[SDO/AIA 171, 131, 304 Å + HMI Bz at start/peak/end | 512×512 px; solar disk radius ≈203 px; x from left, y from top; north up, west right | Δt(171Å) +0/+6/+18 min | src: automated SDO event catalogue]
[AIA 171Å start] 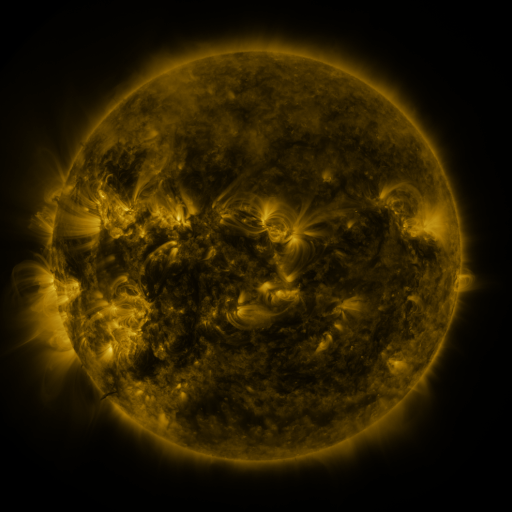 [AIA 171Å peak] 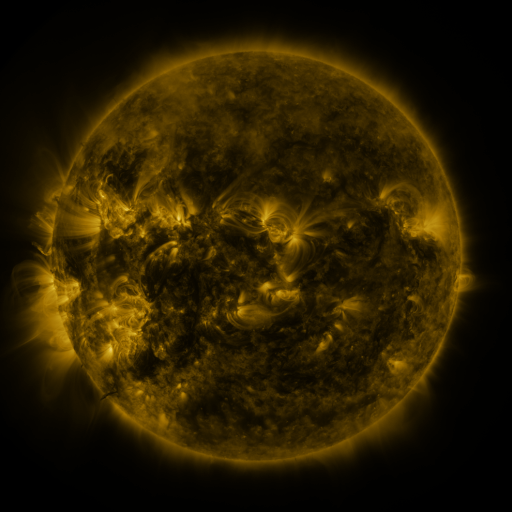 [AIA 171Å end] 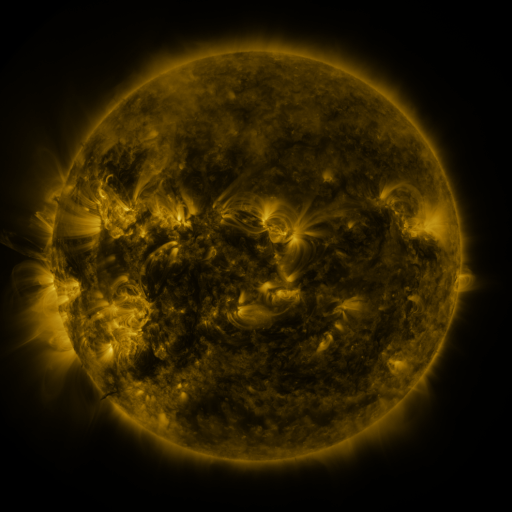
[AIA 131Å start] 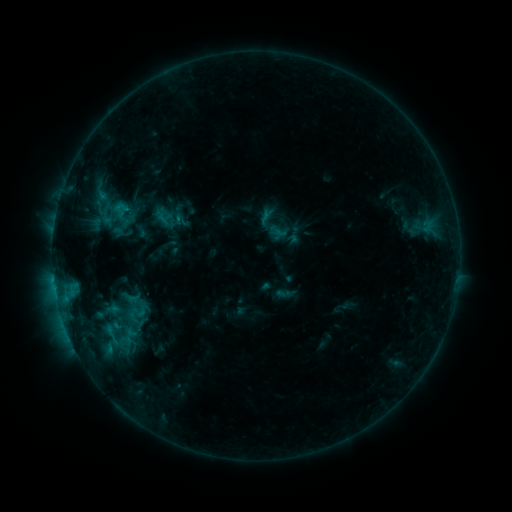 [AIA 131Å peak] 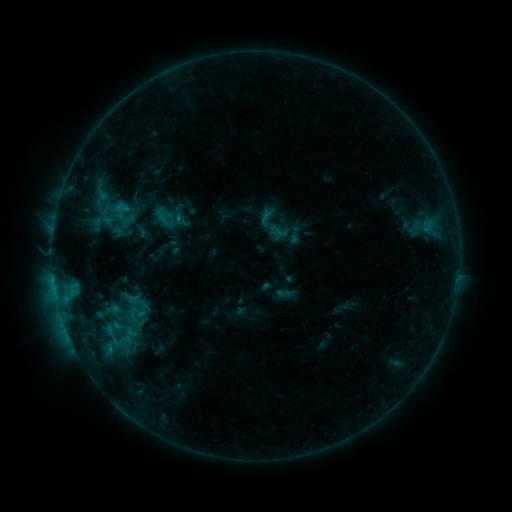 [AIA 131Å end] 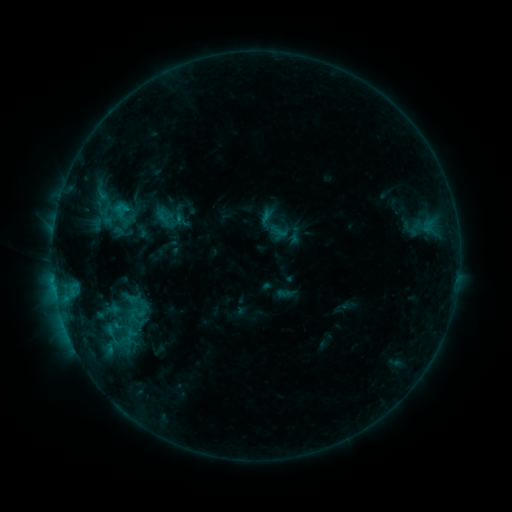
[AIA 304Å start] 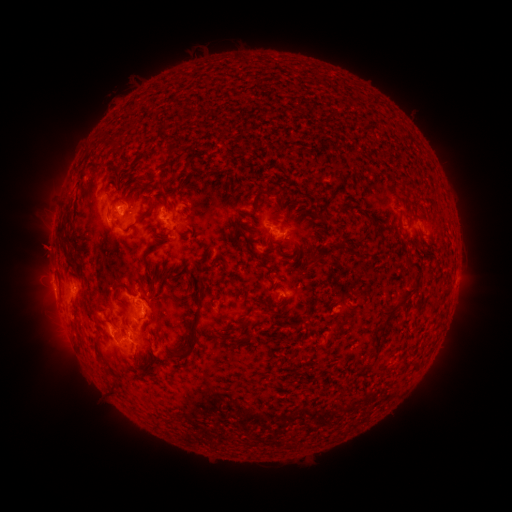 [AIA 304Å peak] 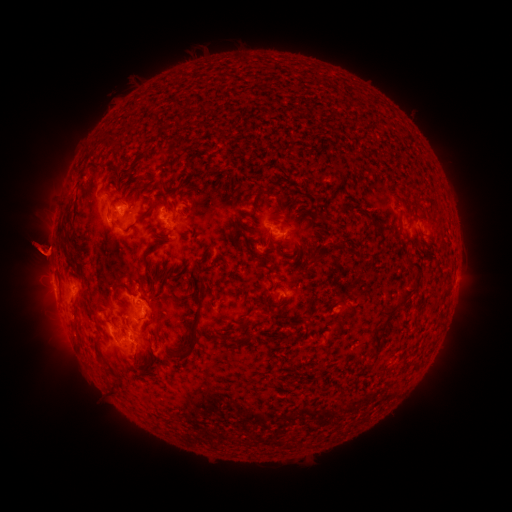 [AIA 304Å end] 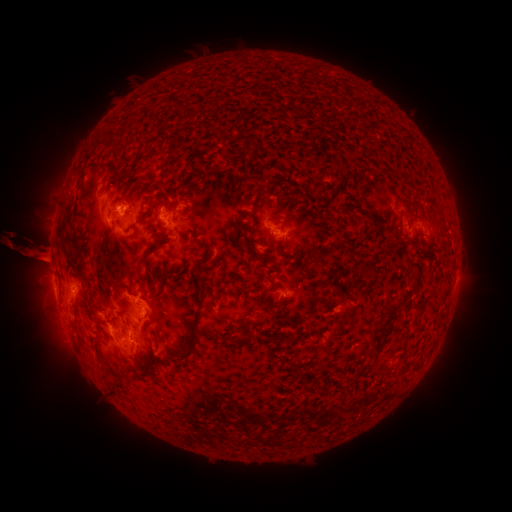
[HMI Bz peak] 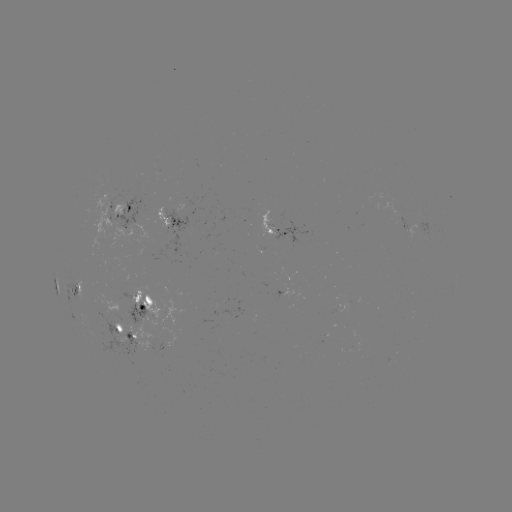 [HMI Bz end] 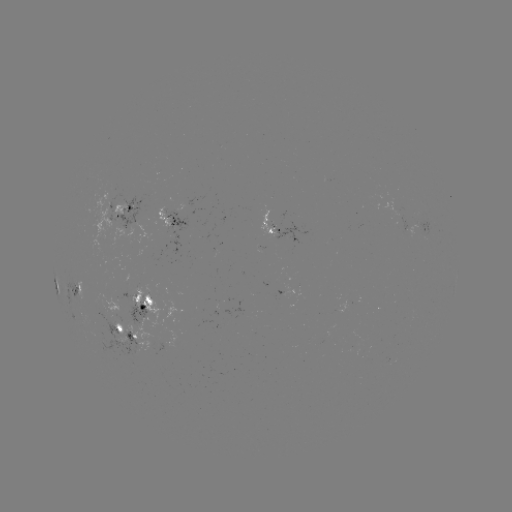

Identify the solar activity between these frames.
eruption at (37, 303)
